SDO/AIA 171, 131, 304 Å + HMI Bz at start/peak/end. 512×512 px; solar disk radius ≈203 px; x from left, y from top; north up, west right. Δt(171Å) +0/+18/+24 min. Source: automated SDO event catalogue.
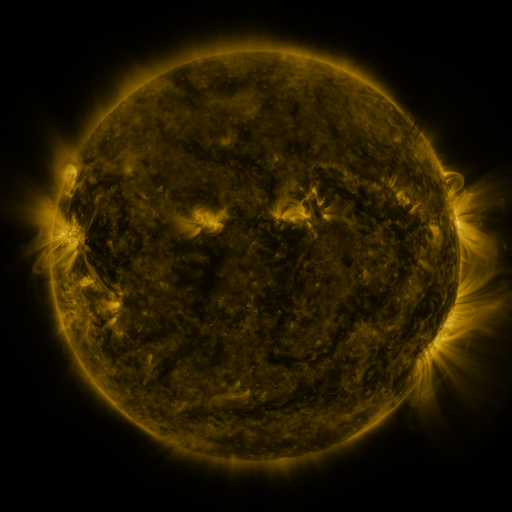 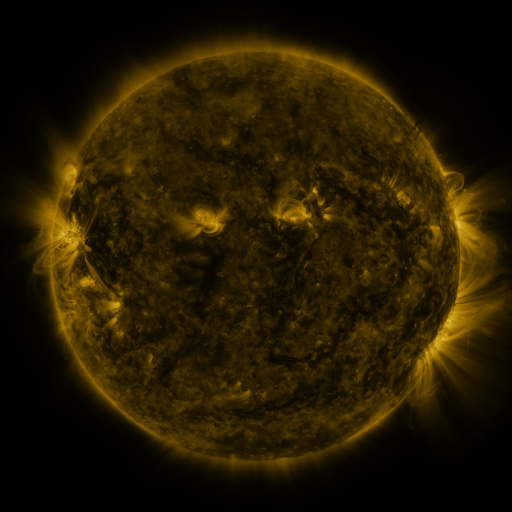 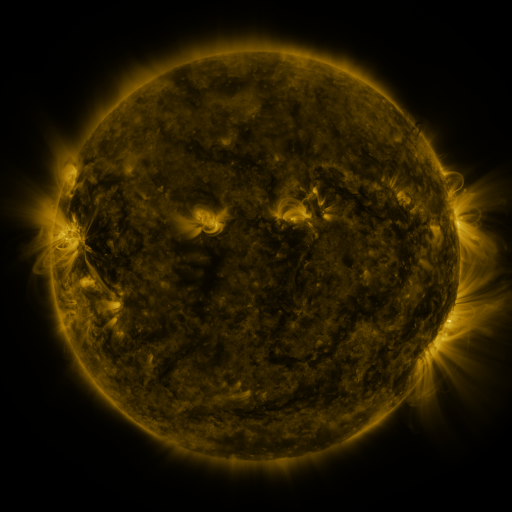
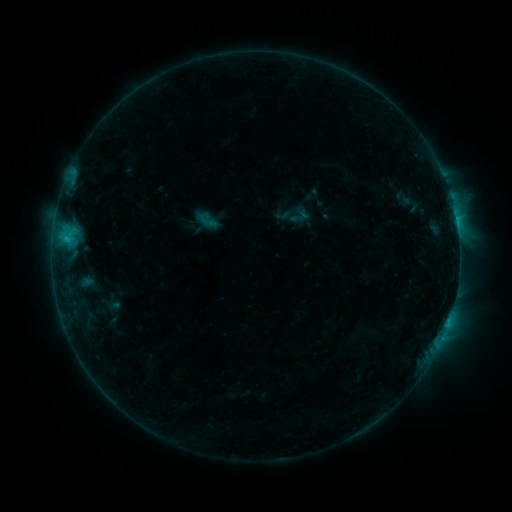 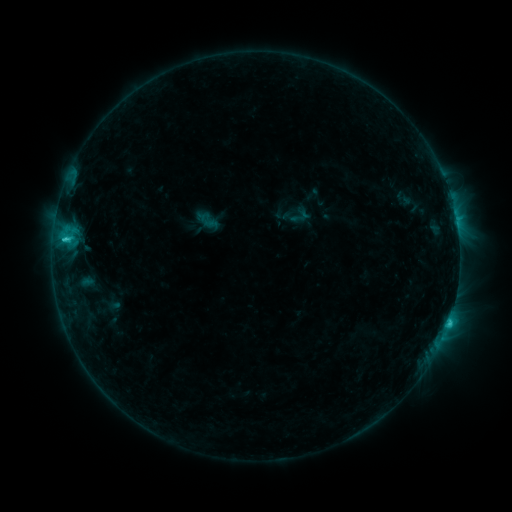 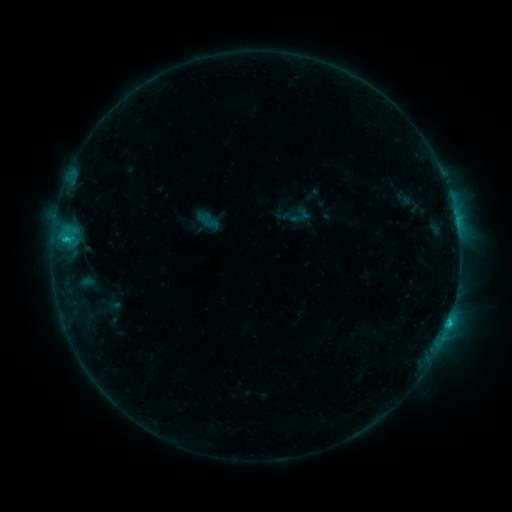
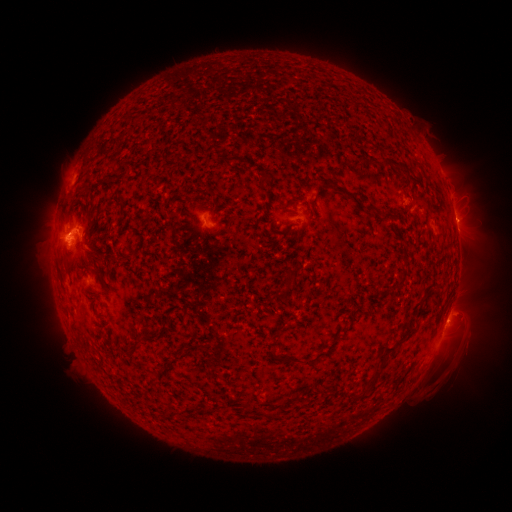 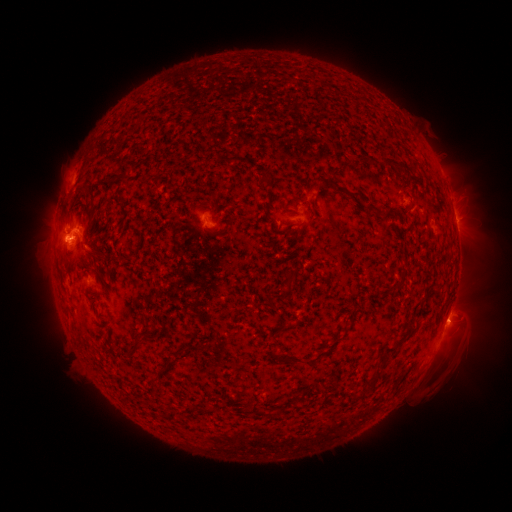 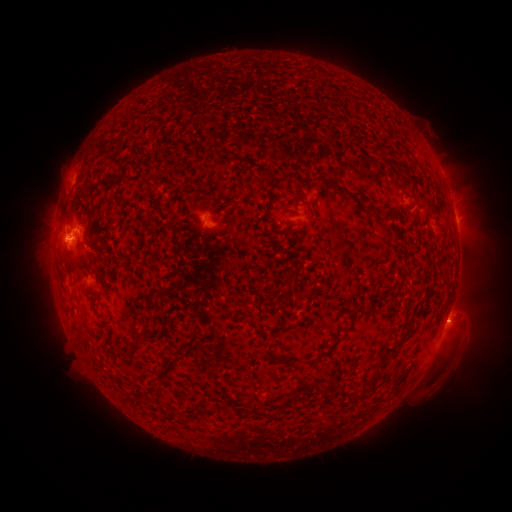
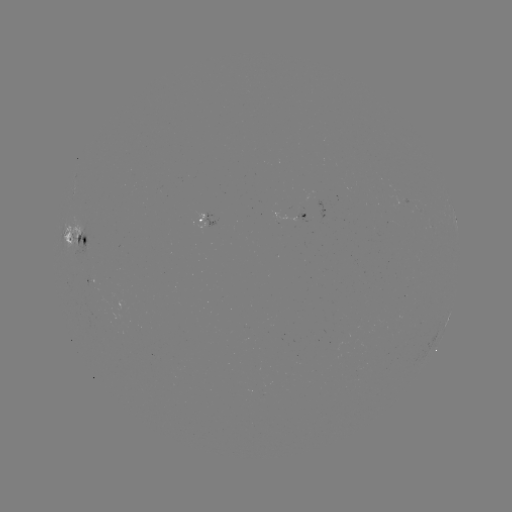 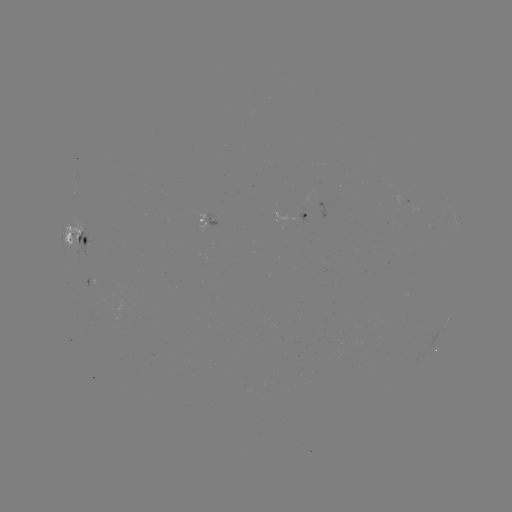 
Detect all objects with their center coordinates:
C2.4 flare: (65, 240)
